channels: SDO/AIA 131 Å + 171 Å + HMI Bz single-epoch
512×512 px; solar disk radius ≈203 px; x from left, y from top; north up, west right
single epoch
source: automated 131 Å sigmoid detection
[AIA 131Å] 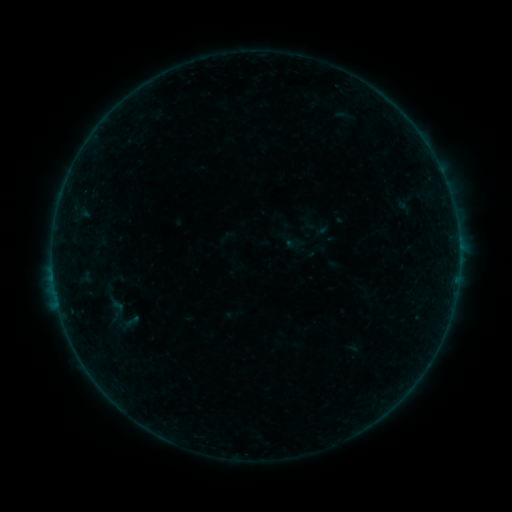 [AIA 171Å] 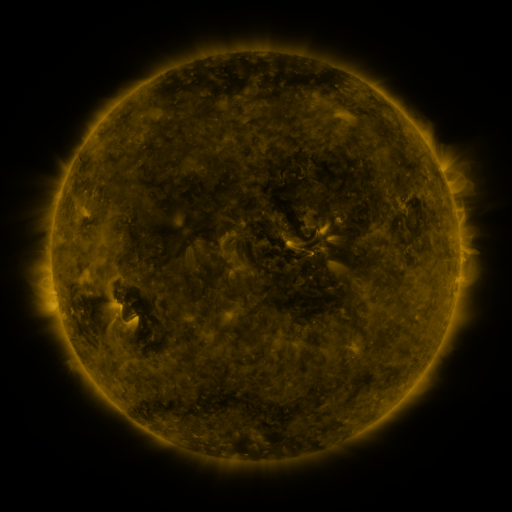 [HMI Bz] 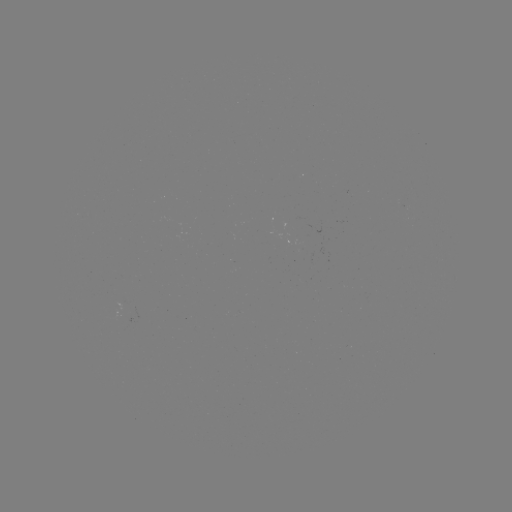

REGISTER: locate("sigmoid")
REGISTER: (117, 309)